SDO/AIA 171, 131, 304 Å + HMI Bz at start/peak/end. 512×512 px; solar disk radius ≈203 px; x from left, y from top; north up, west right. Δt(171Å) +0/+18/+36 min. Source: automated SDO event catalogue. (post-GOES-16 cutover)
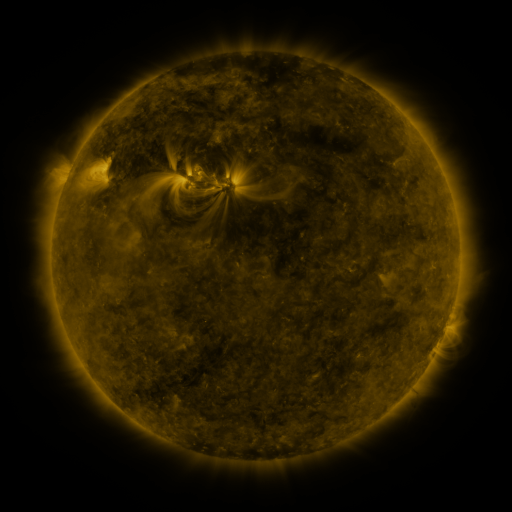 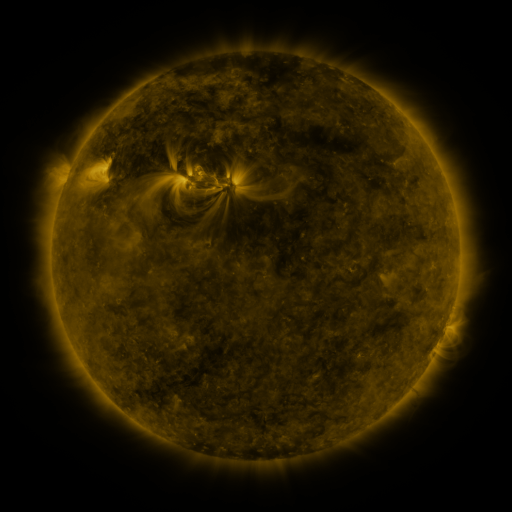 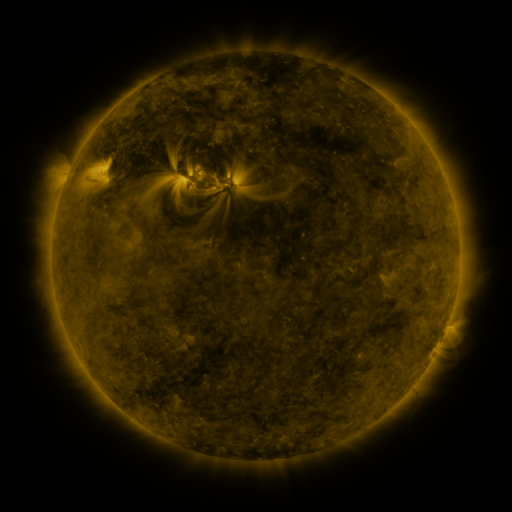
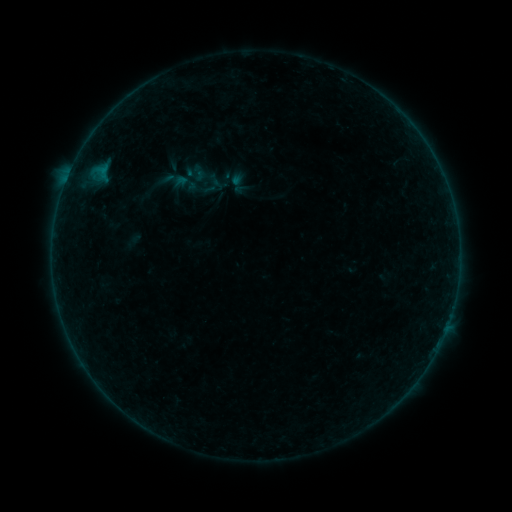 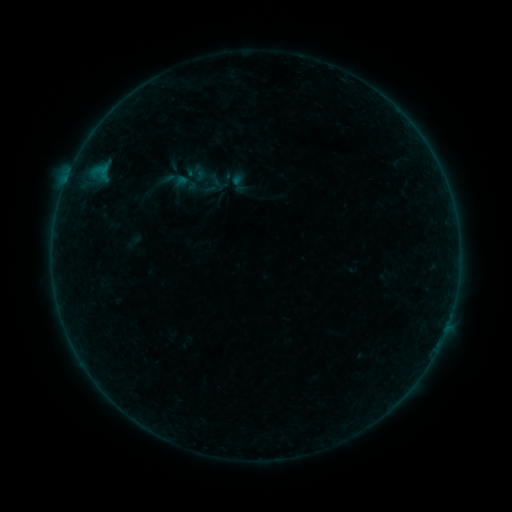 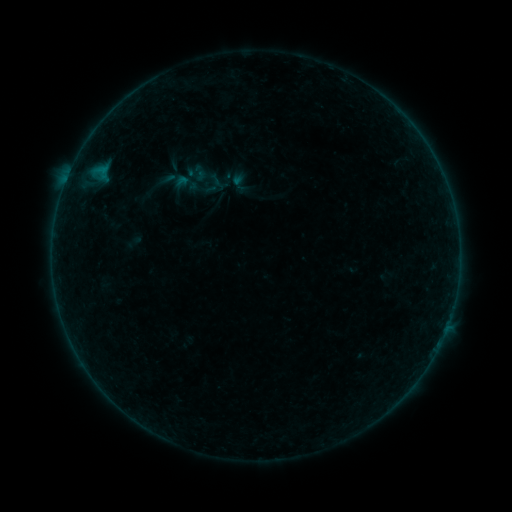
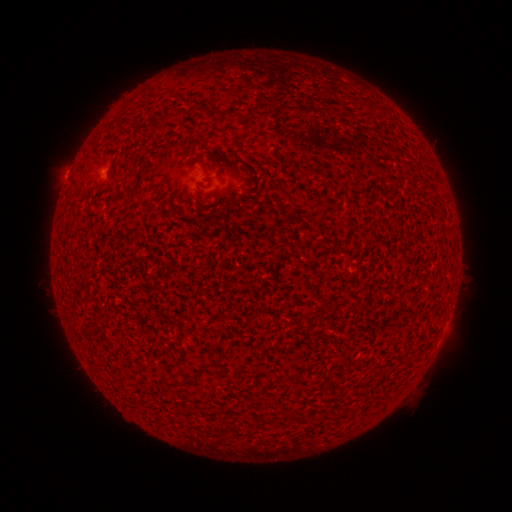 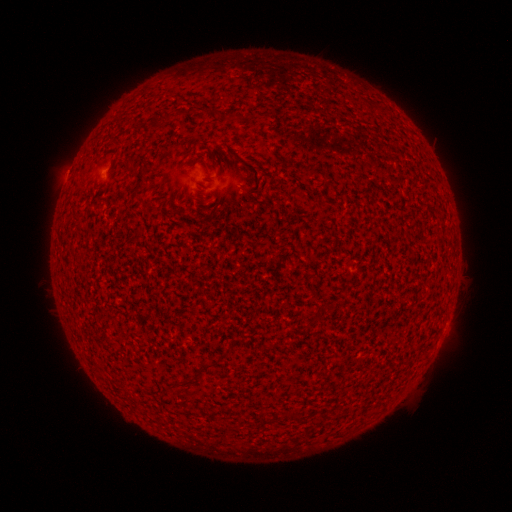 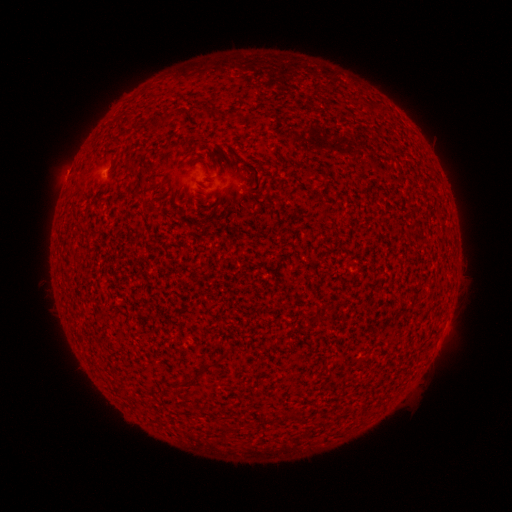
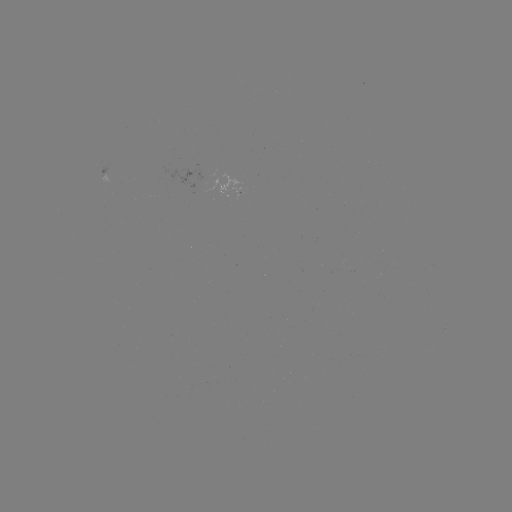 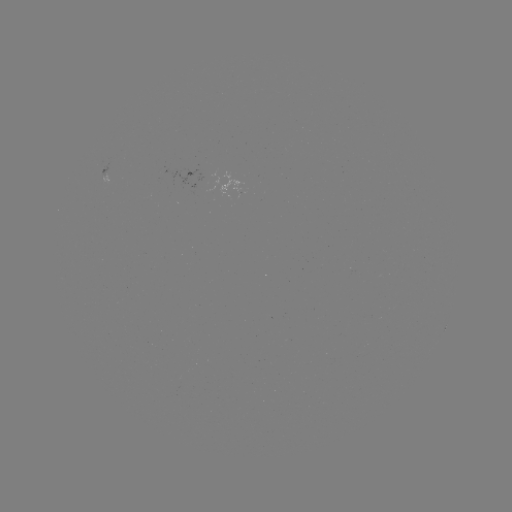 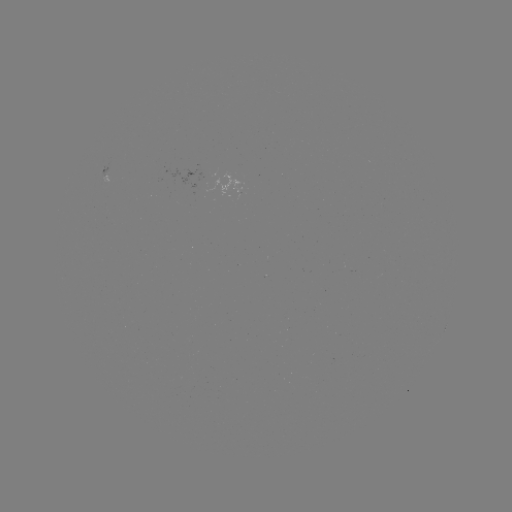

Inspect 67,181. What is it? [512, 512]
A5.8 flare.